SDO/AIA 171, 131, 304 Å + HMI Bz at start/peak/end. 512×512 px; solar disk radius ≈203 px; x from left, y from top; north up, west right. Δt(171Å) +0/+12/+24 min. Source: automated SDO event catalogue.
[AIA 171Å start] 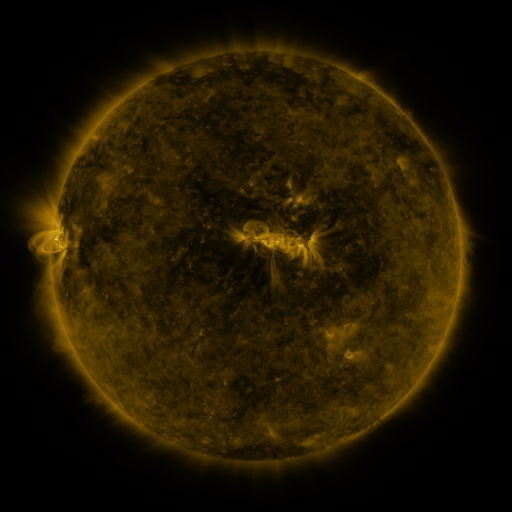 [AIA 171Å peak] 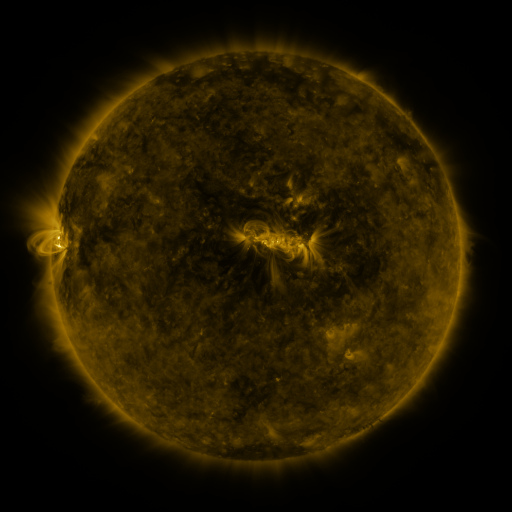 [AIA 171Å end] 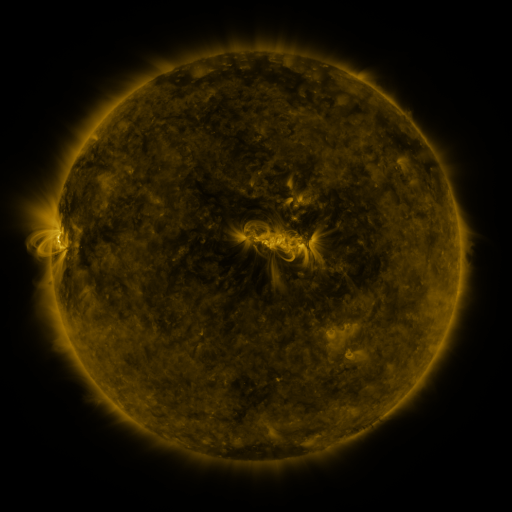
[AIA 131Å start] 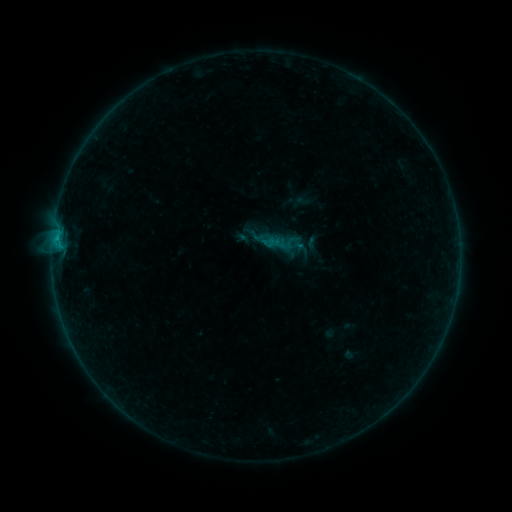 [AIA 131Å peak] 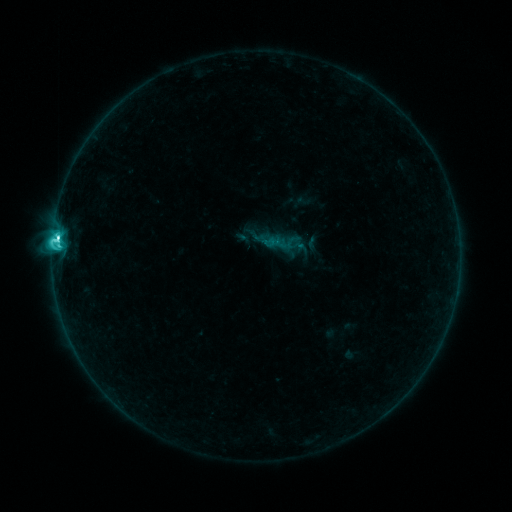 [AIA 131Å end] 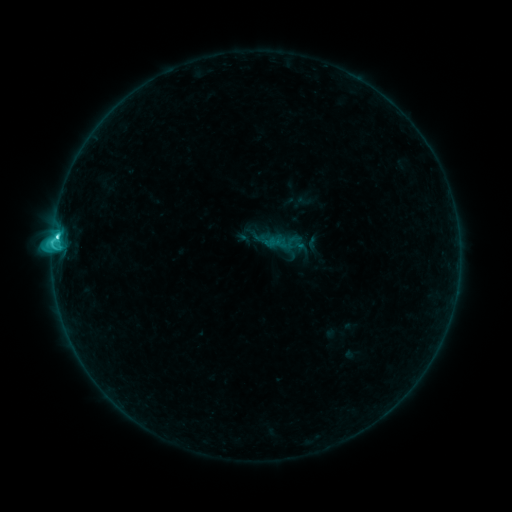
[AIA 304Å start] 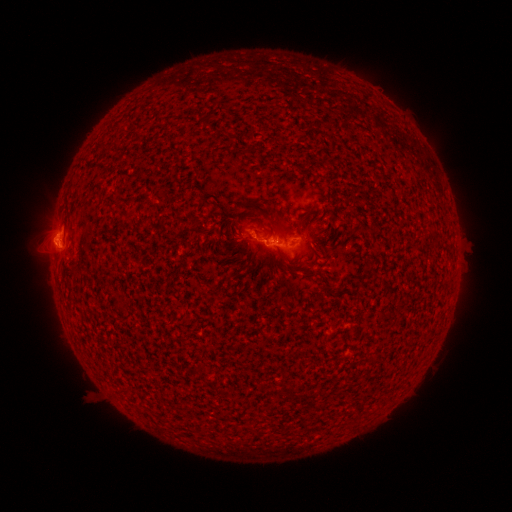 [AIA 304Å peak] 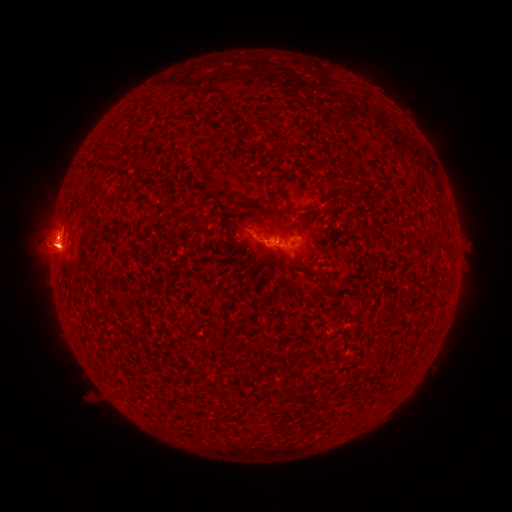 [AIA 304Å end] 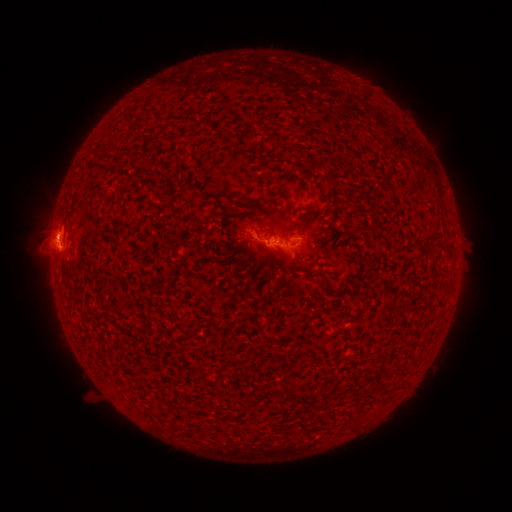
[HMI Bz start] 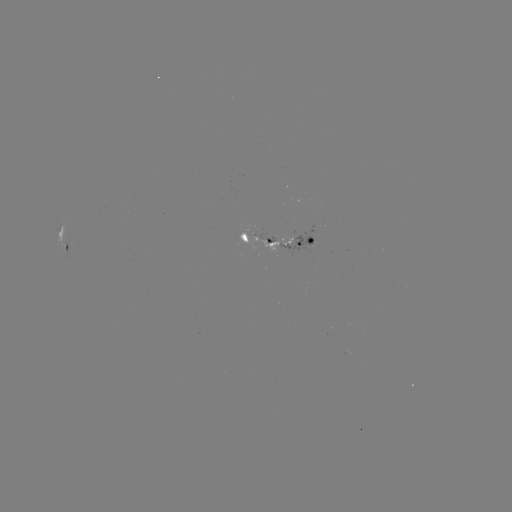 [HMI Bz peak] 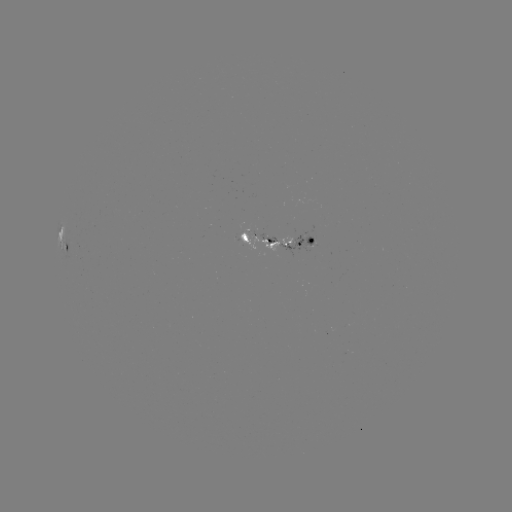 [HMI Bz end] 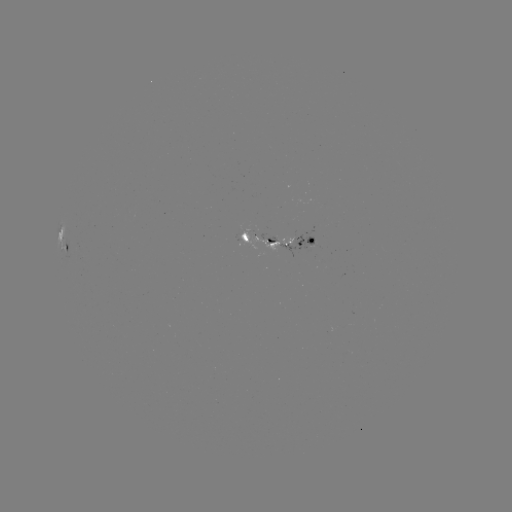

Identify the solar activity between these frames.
C5.9 flare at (58, 239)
